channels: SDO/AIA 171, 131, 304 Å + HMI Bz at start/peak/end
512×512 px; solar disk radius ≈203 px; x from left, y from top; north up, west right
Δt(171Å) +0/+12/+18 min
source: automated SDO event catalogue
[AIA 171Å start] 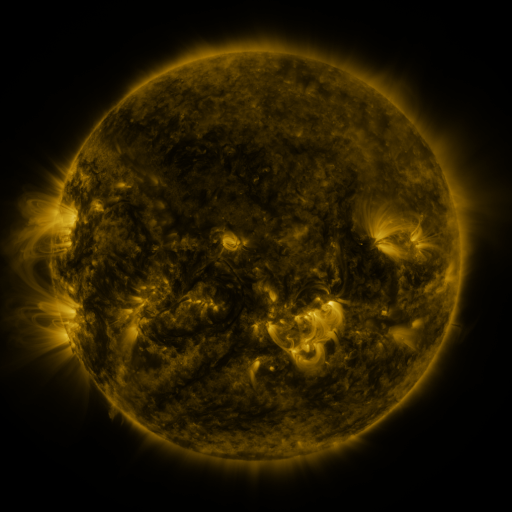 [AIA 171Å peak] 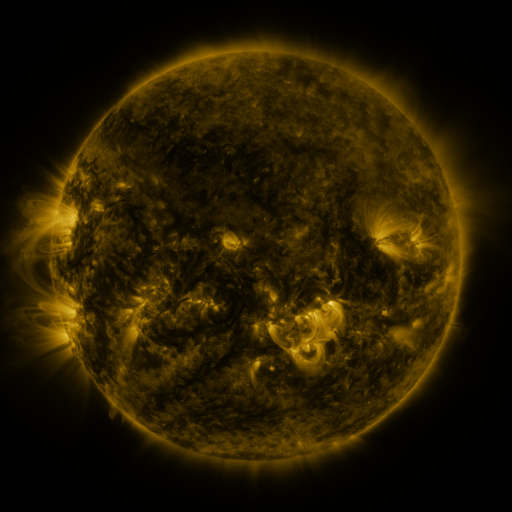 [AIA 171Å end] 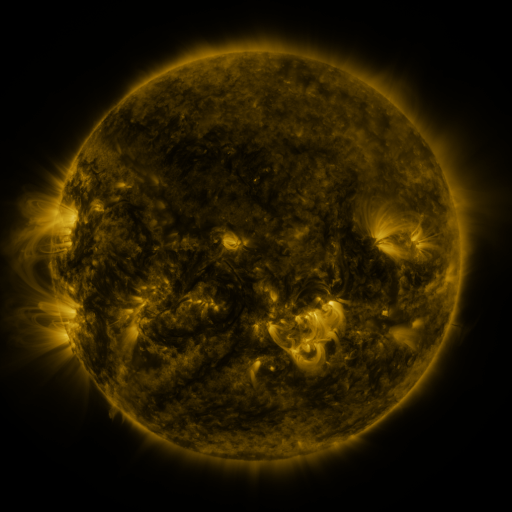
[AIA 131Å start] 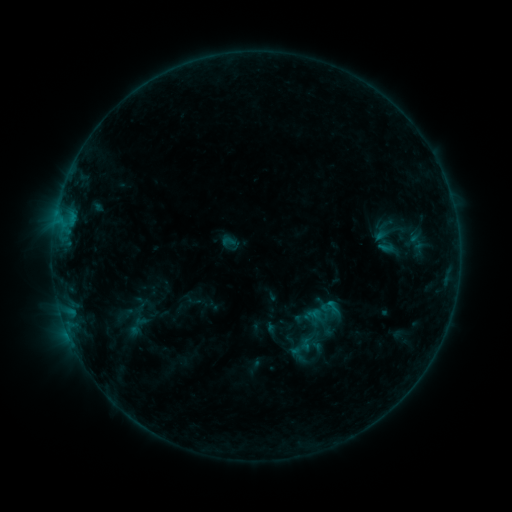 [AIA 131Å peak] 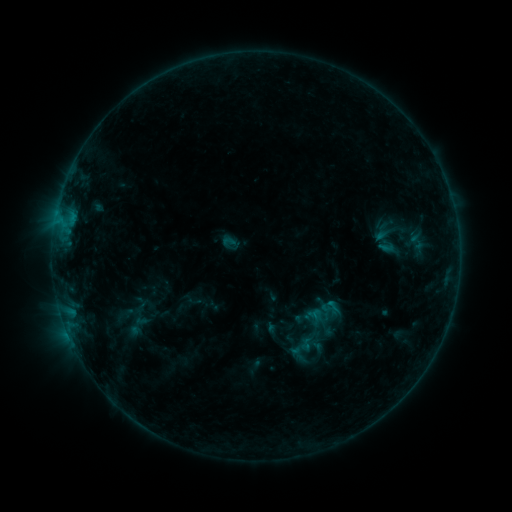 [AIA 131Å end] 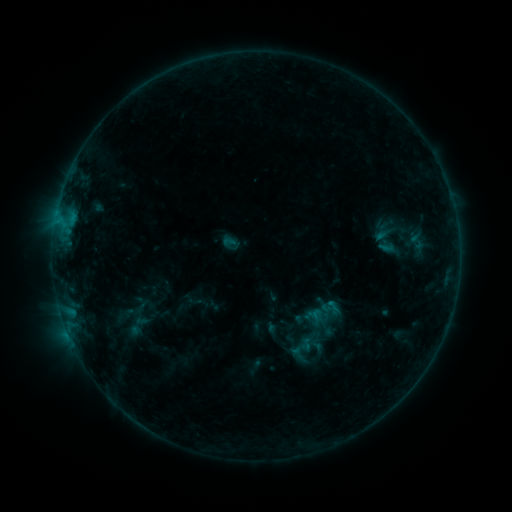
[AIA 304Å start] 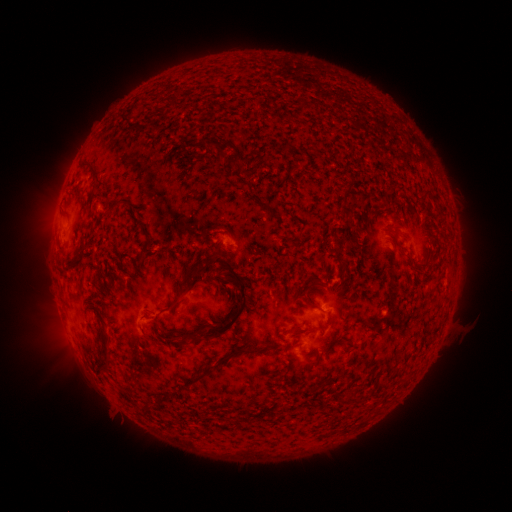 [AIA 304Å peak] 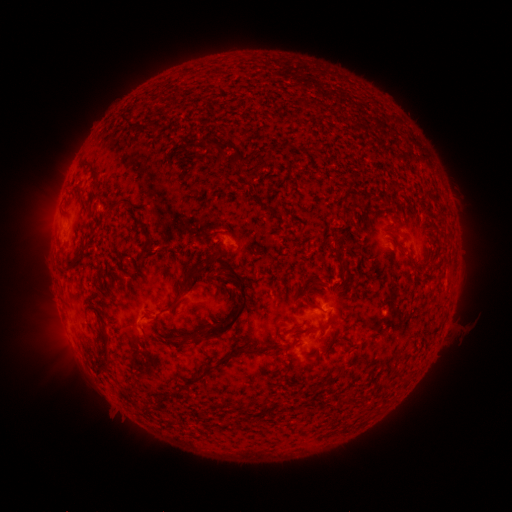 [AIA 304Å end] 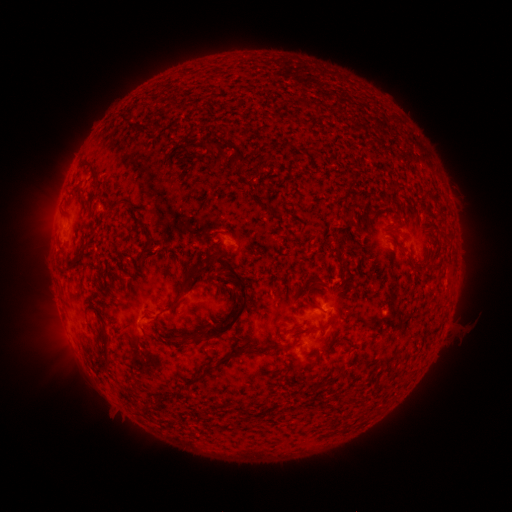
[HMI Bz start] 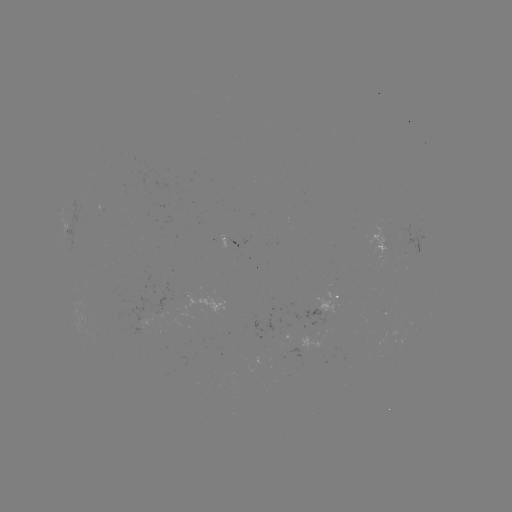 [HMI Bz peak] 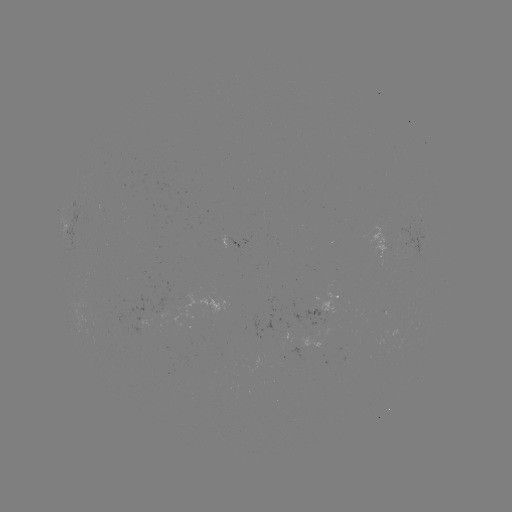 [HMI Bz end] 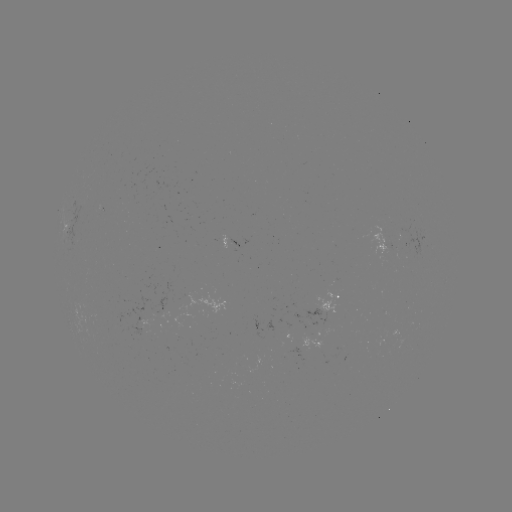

no classed flare was catalogued and no EUV brightening was flagged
